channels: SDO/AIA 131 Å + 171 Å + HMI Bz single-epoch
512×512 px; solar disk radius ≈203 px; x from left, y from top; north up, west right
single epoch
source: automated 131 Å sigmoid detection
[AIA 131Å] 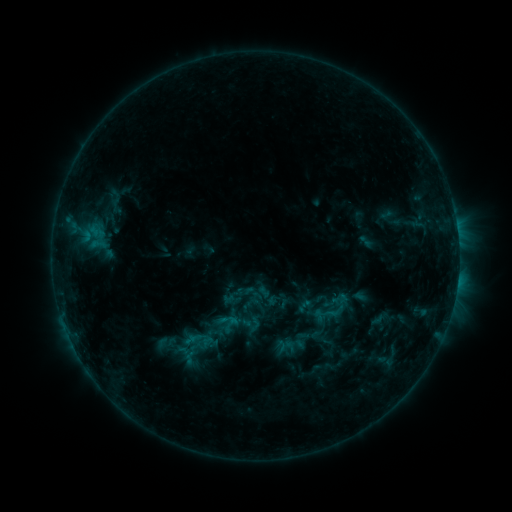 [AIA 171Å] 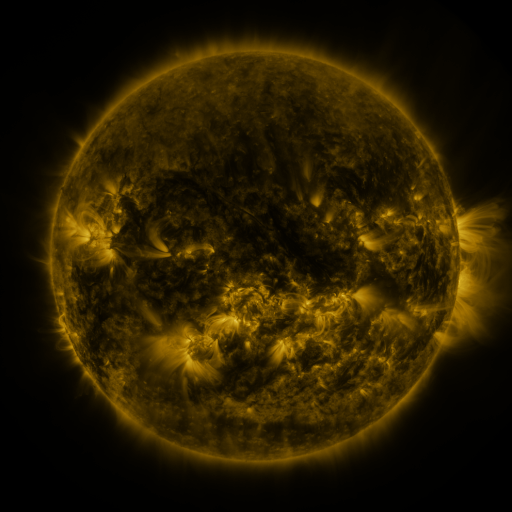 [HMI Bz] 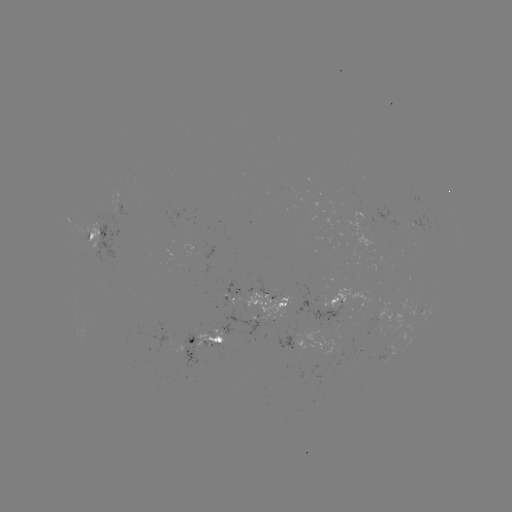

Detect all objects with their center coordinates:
sigmoid: (99, 244)
sigmoid: (334, 308)
